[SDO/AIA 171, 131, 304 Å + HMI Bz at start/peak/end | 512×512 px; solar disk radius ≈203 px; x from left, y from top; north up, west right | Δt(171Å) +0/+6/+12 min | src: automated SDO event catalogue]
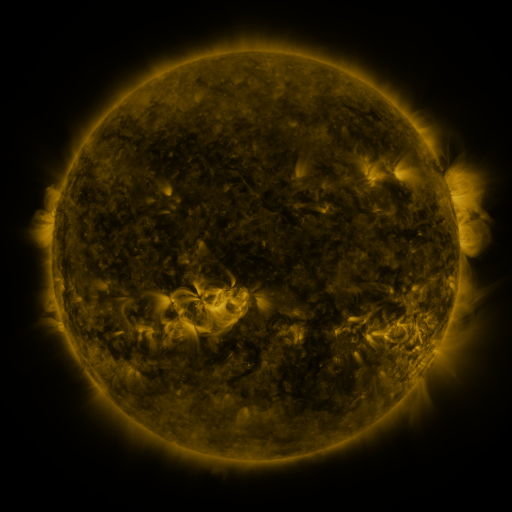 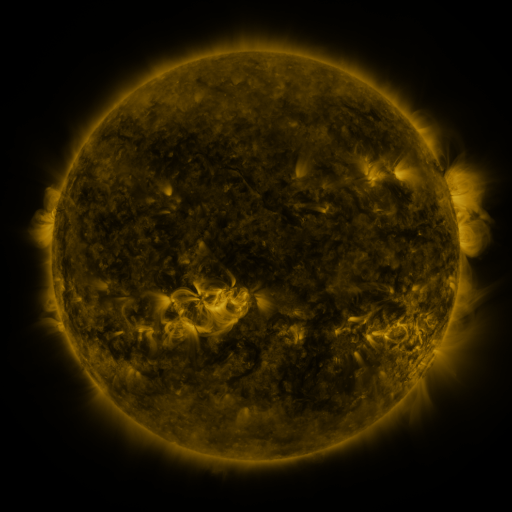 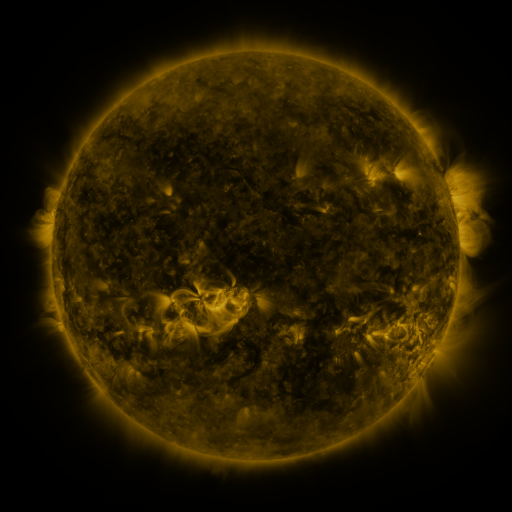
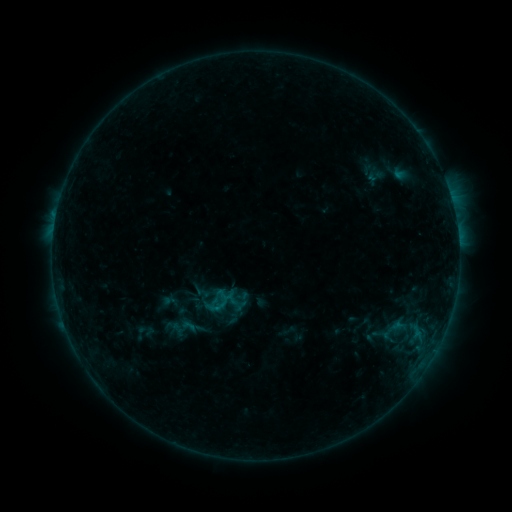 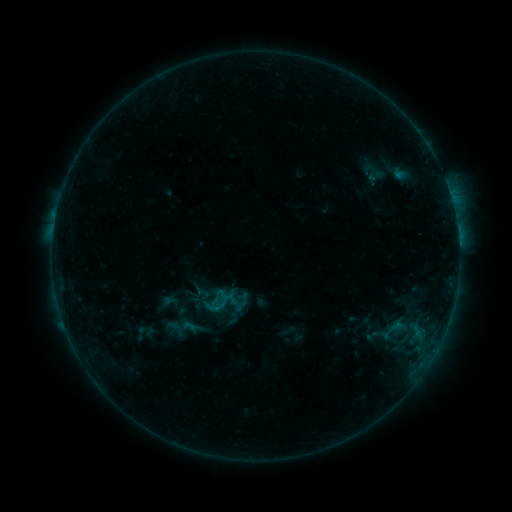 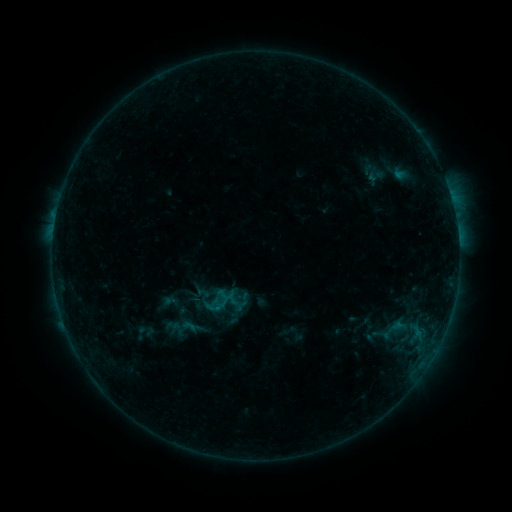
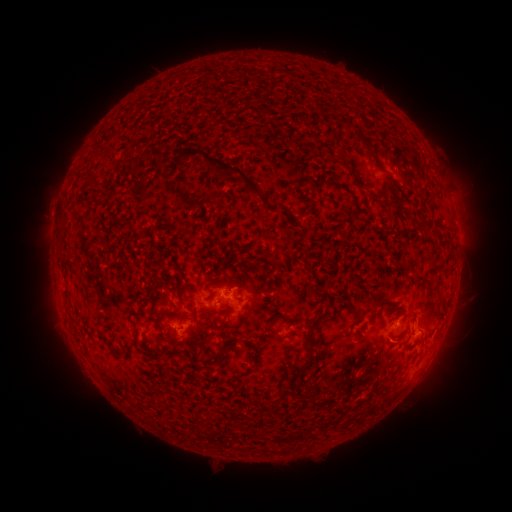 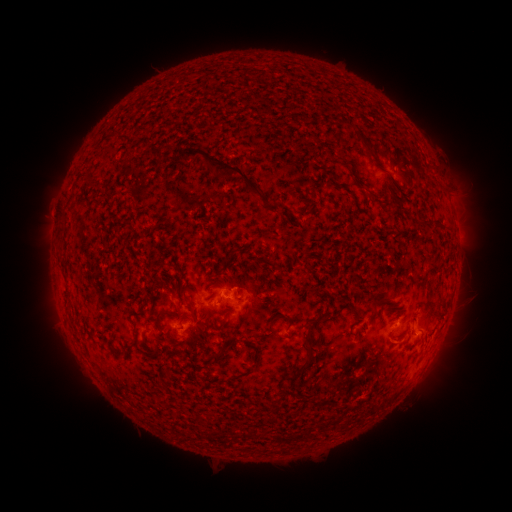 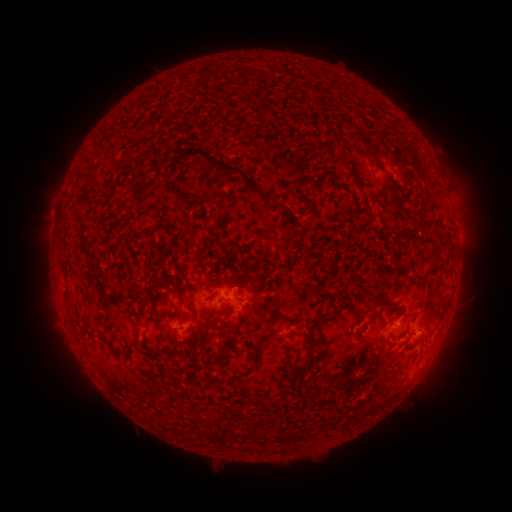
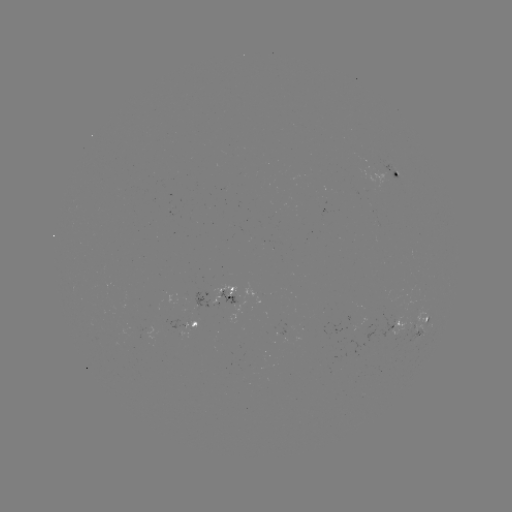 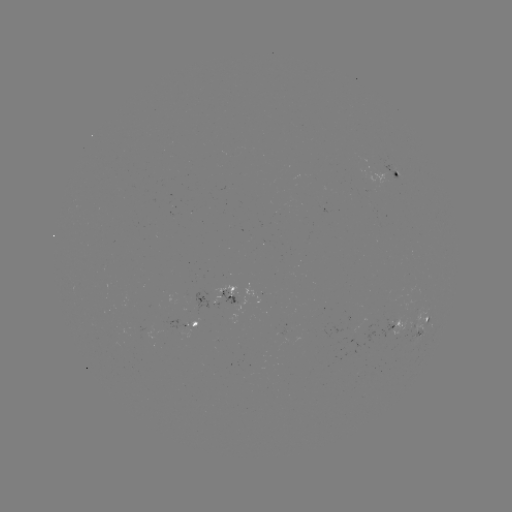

no catalogued flare and no flagged EUV brightening in this window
